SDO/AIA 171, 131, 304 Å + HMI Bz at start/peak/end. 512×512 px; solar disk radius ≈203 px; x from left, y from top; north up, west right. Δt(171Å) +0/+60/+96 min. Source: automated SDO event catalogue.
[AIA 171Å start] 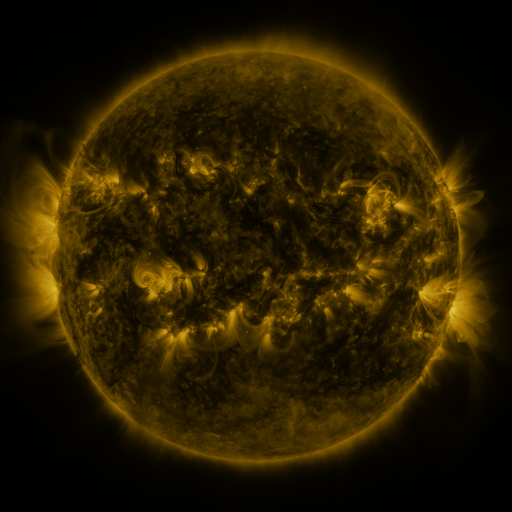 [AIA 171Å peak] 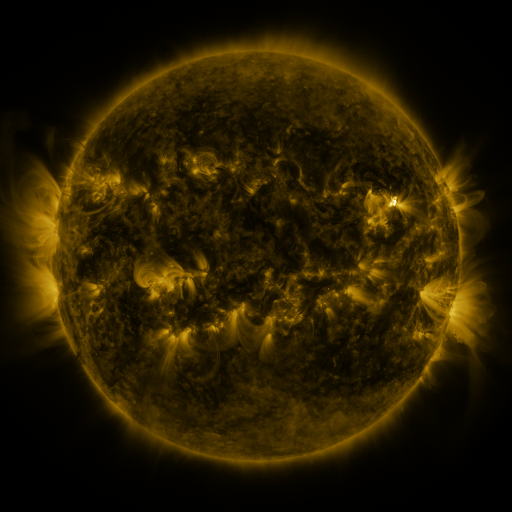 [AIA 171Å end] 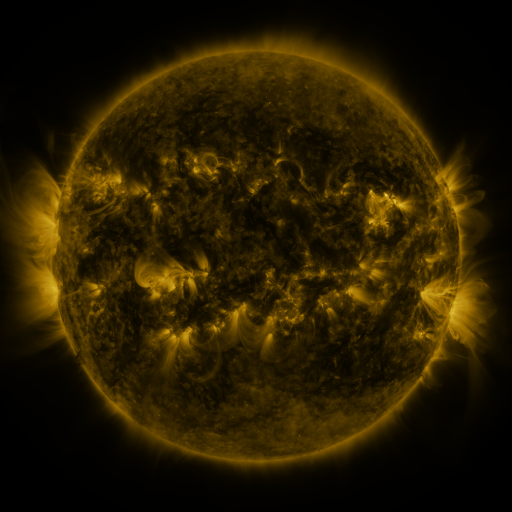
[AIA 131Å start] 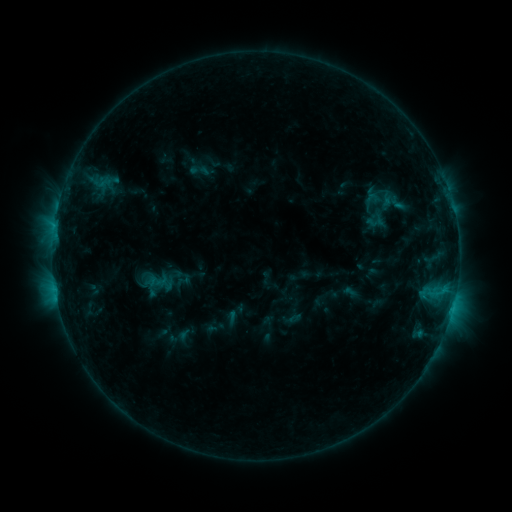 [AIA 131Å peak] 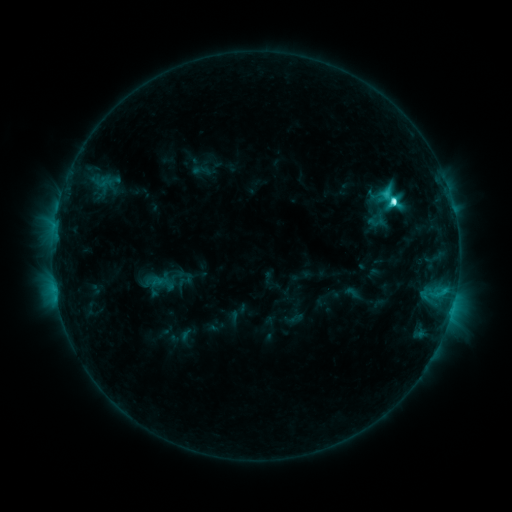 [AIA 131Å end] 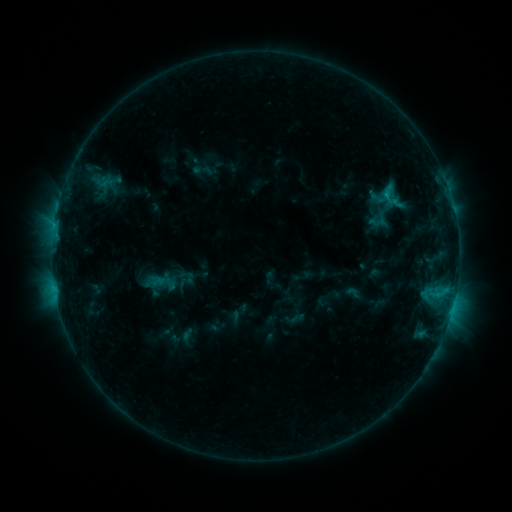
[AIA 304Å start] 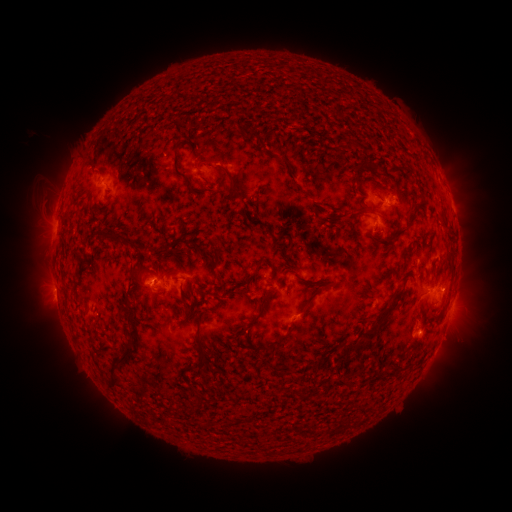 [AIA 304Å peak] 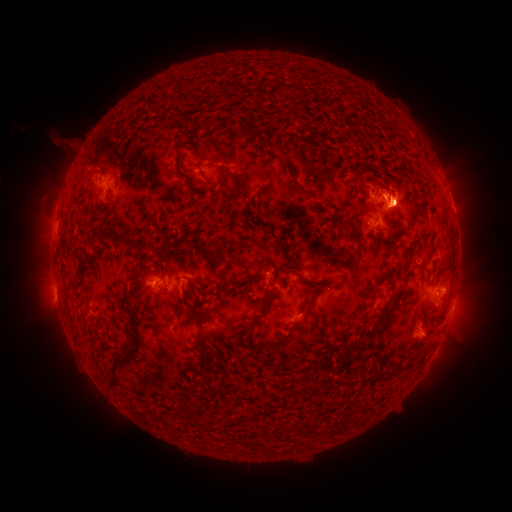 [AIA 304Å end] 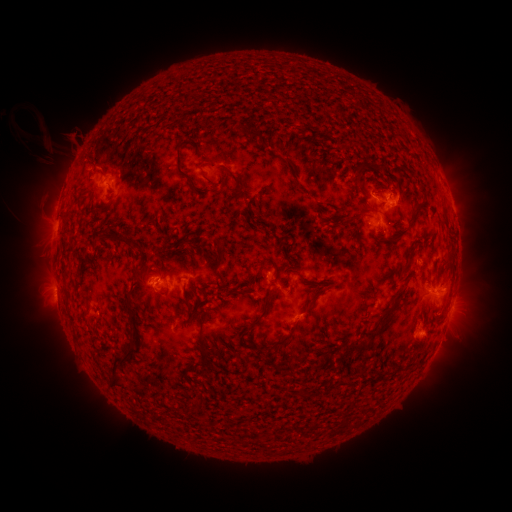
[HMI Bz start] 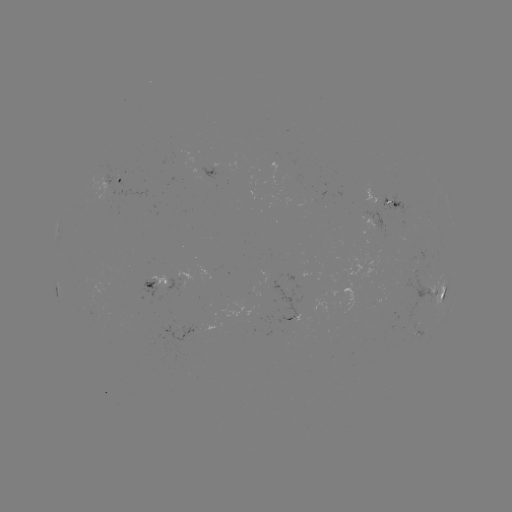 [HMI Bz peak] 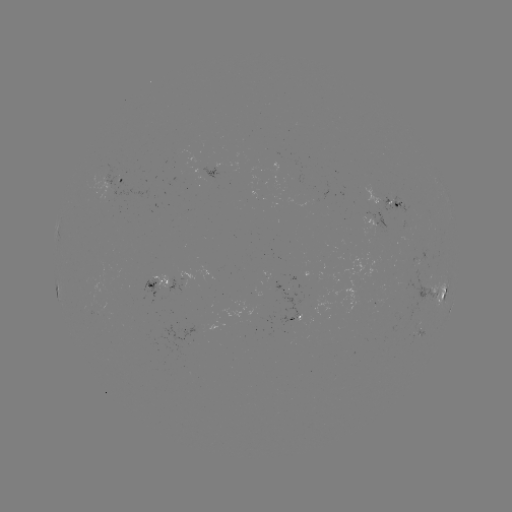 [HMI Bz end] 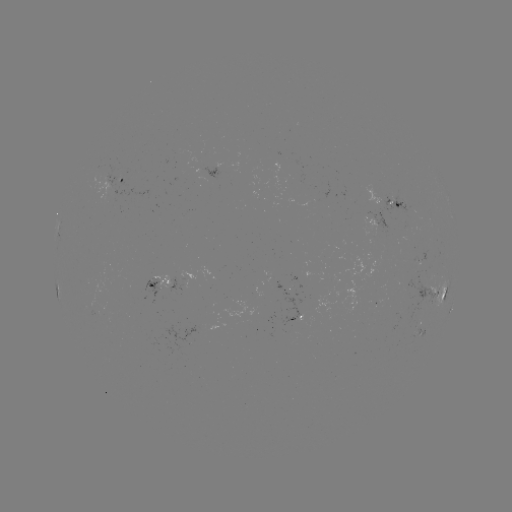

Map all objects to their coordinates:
emerging-flux region: (102, 312)
